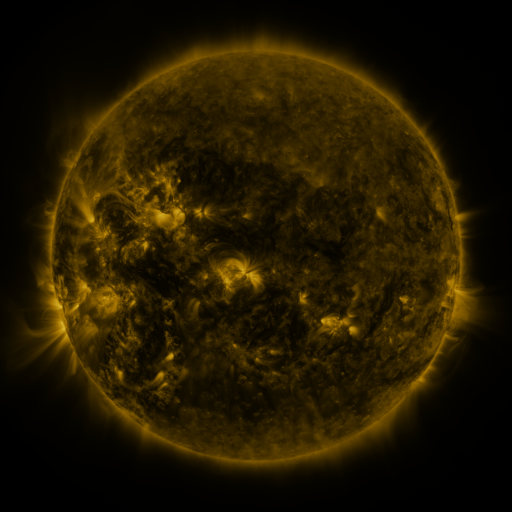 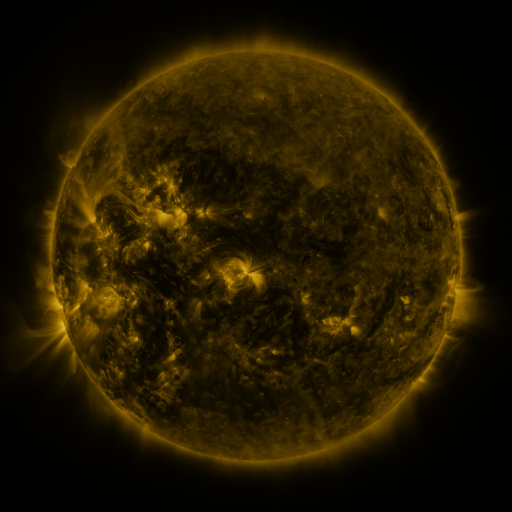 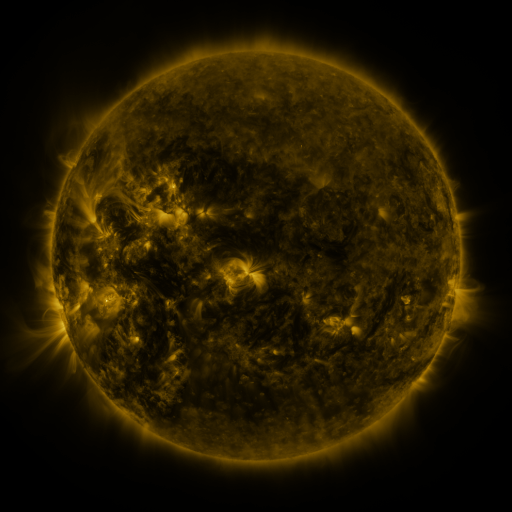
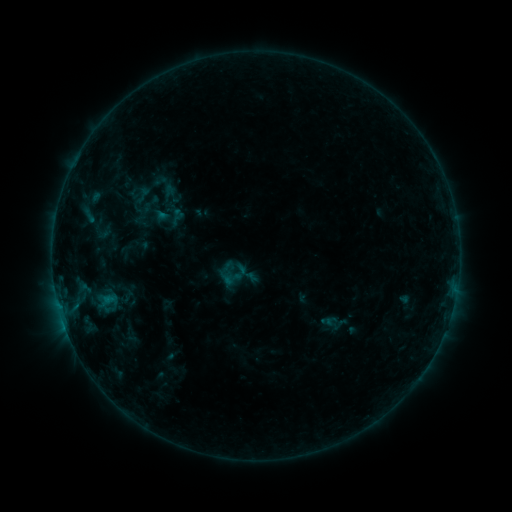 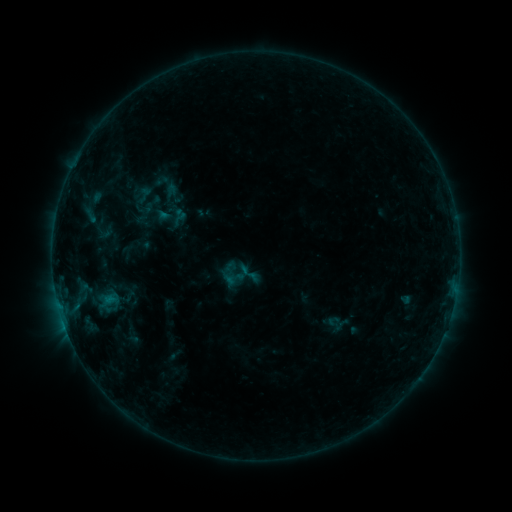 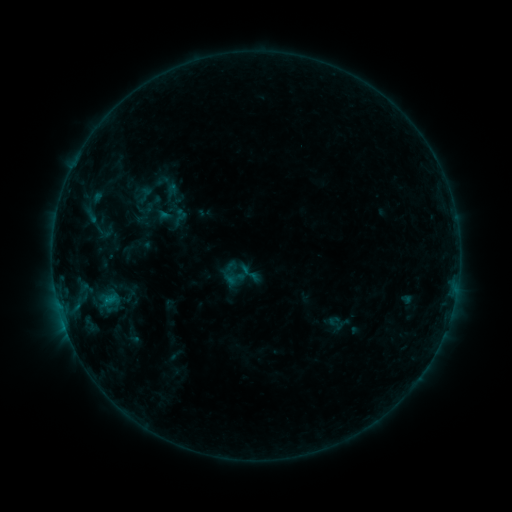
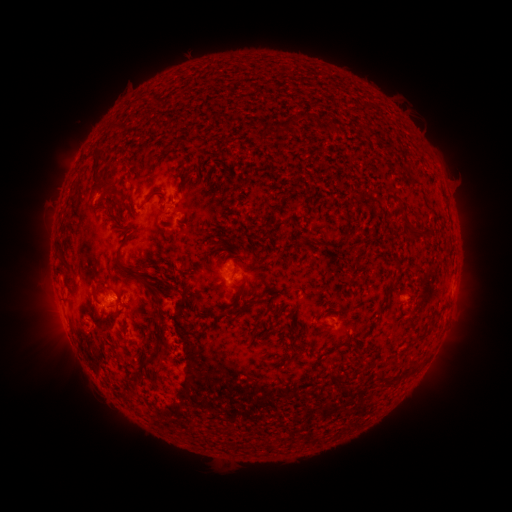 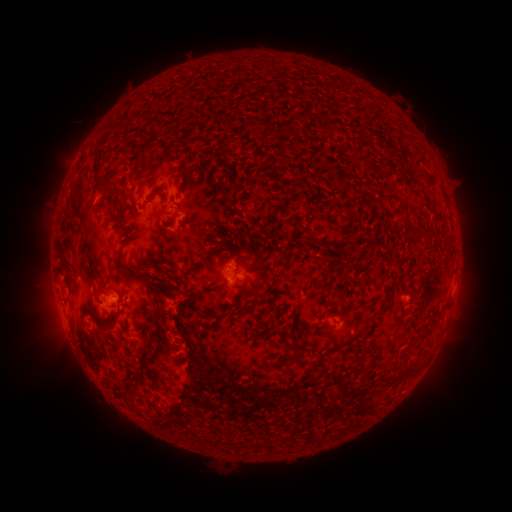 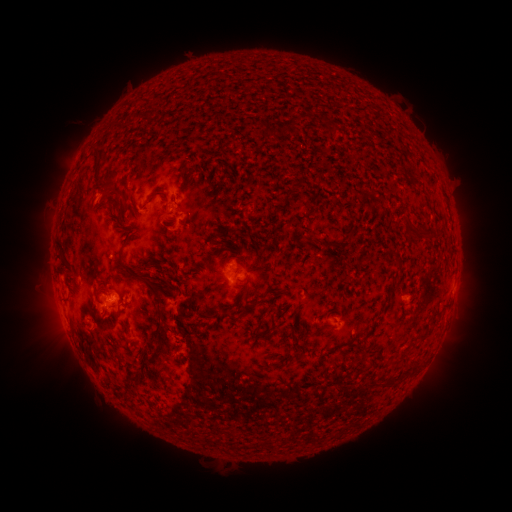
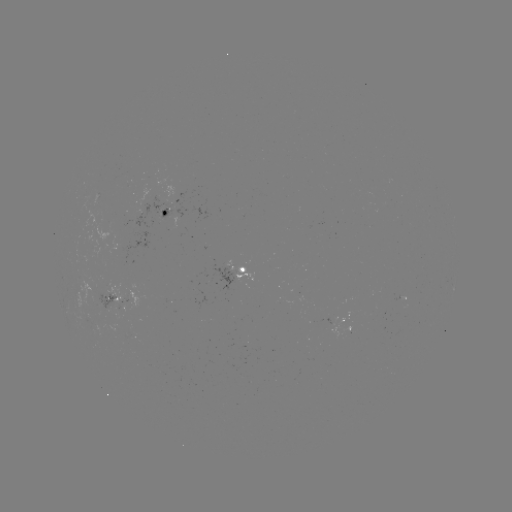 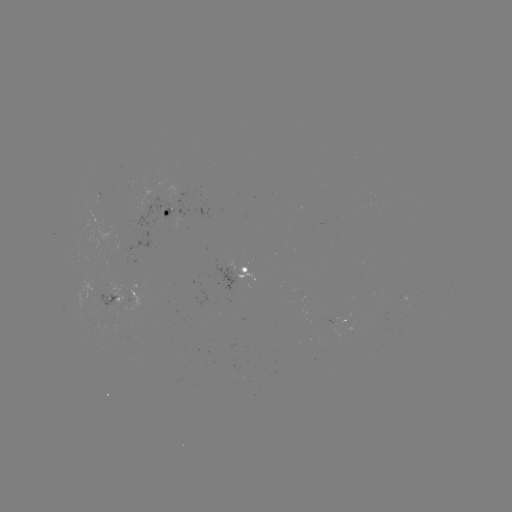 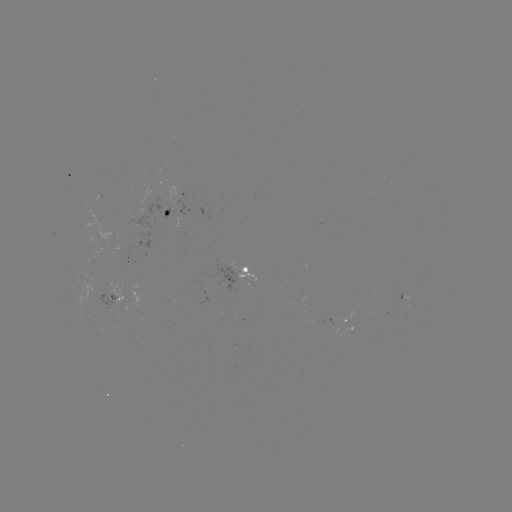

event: emerging-flux region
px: (110, 304)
